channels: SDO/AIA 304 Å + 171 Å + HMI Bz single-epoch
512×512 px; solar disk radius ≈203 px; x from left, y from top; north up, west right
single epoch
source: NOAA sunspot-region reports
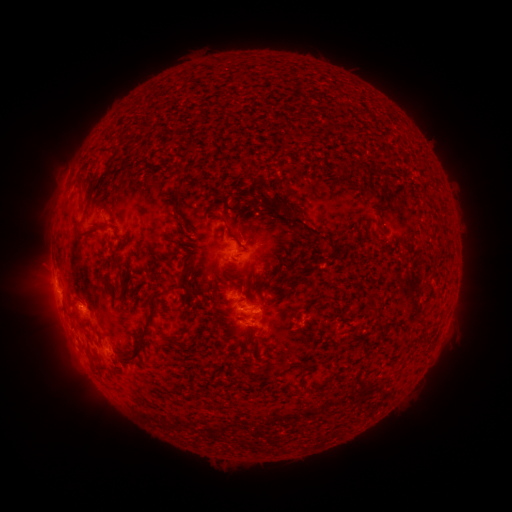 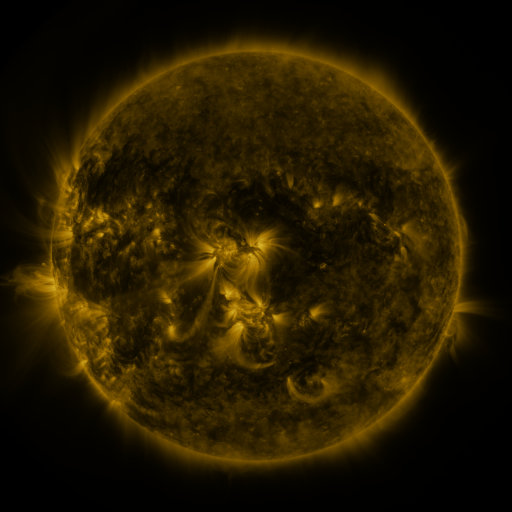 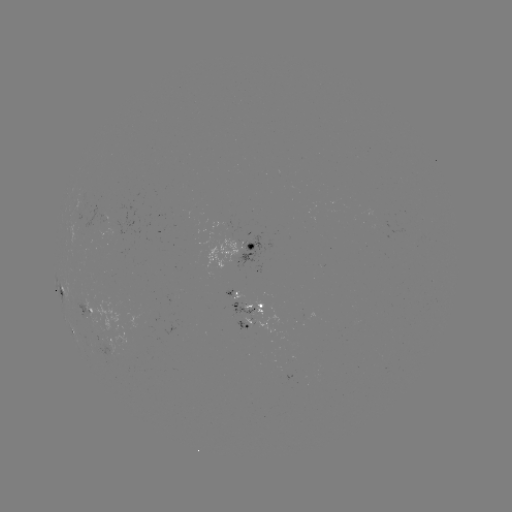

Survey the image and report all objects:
spotted active region: (241, 246)
spotted active region: (61, 289)
spotted active region: (245, 310)
spotted active region: (89, 311)
spotted active region: (256, 323)
spotted active region: (72, 333)
spotted active region: (113, 343)
